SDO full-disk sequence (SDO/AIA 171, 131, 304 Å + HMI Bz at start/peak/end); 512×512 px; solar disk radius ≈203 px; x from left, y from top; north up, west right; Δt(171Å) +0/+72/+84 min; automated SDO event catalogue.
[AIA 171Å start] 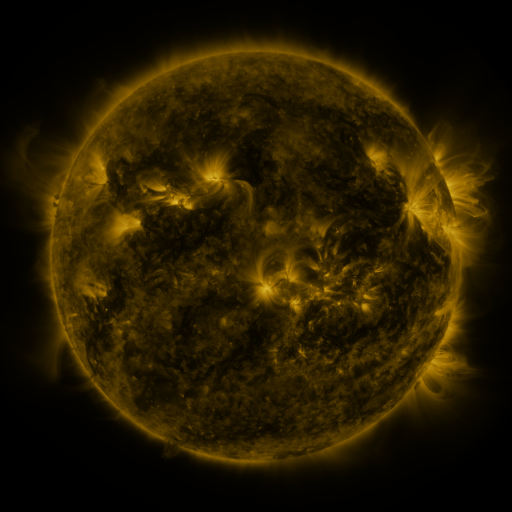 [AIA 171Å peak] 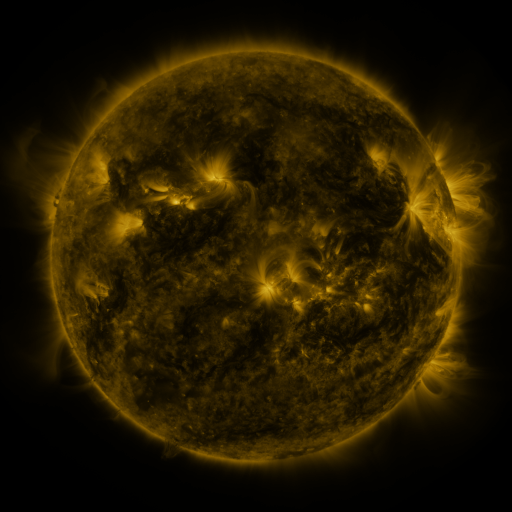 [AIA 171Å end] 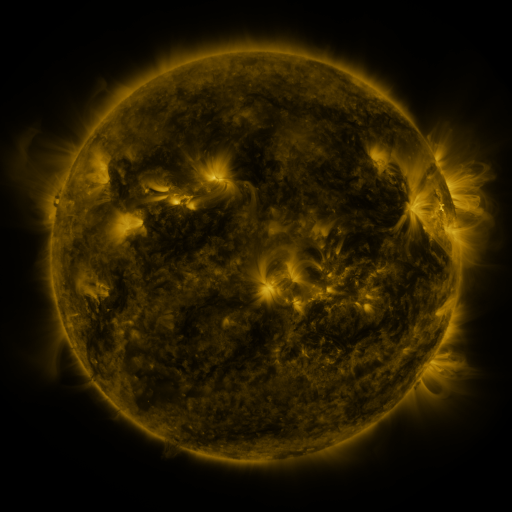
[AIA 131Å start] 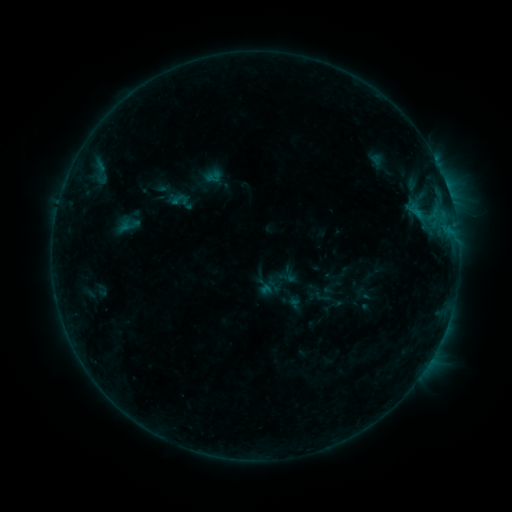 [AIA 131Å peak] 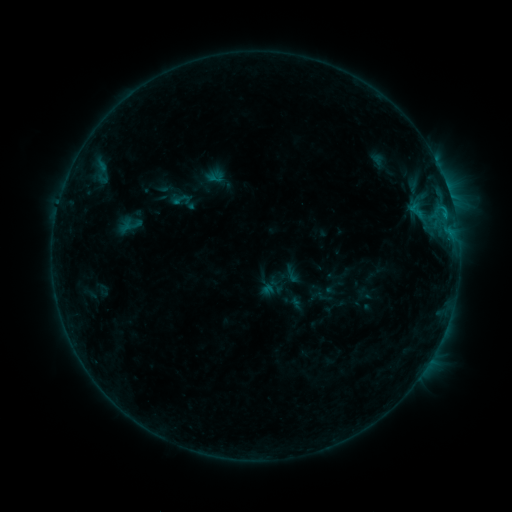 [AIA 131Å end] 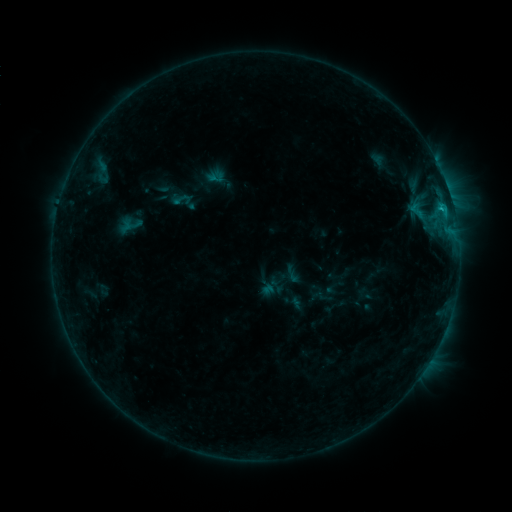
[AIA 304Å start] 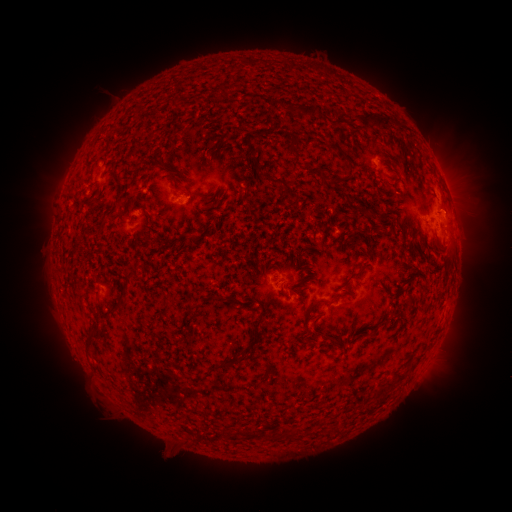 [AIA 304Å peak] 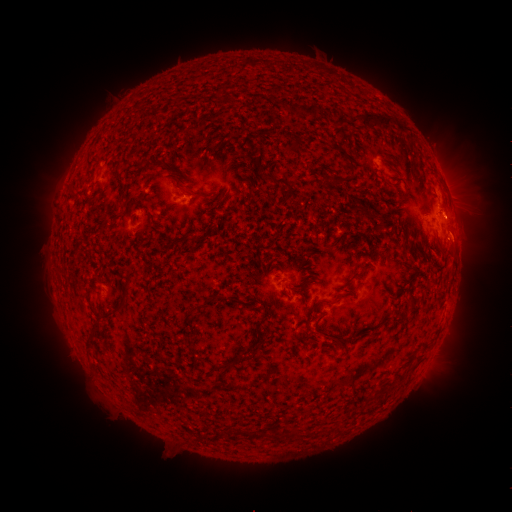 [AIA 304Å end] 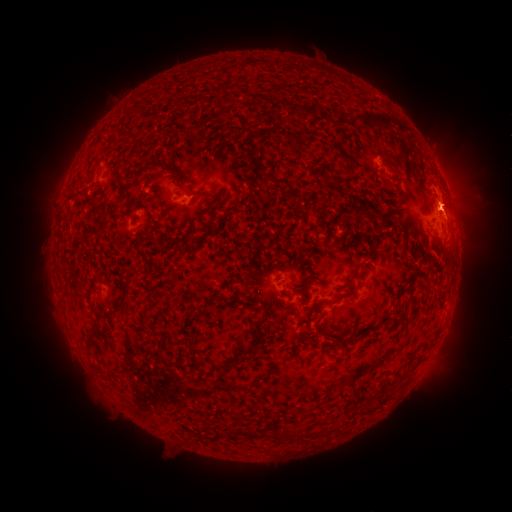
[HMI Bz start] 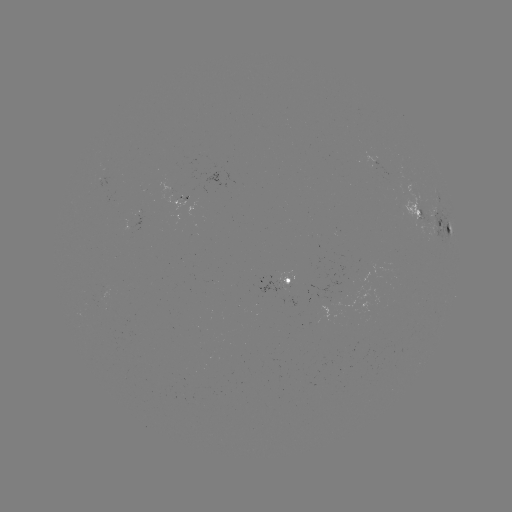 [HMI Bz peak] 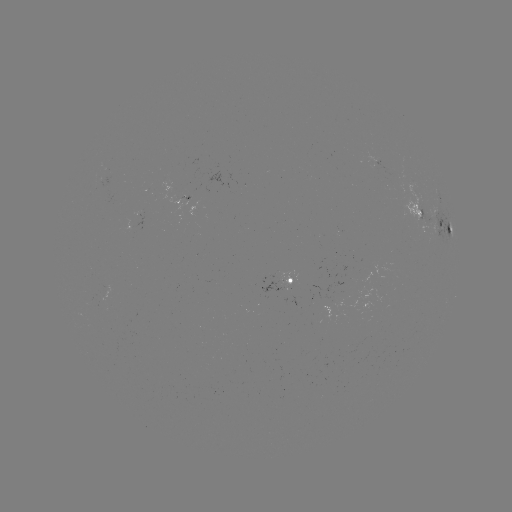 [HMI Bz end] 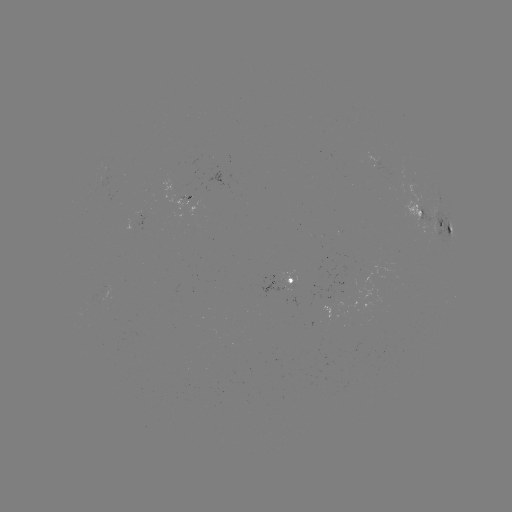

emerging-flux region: (277, 271, 297, 289)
